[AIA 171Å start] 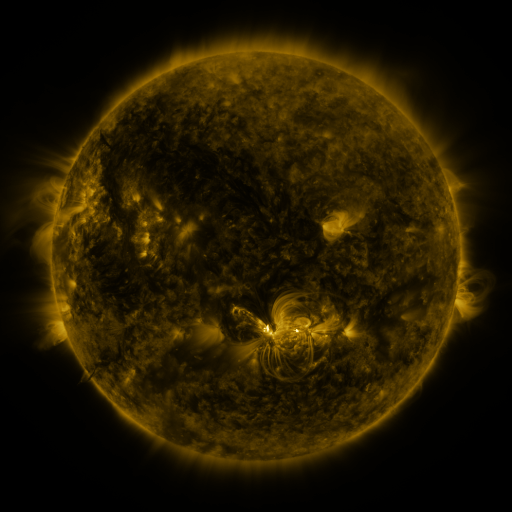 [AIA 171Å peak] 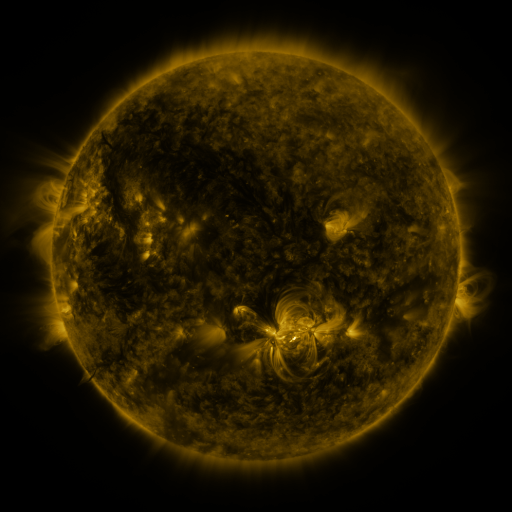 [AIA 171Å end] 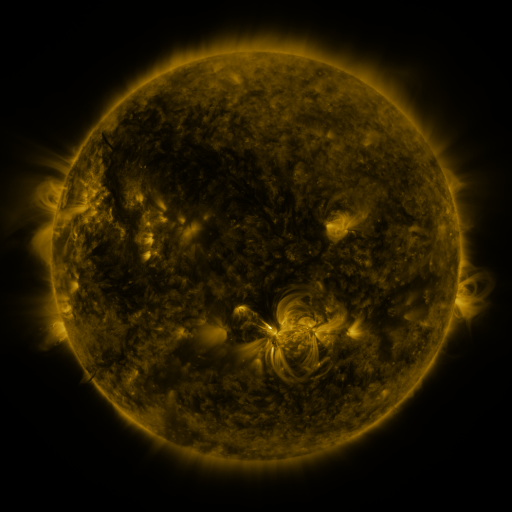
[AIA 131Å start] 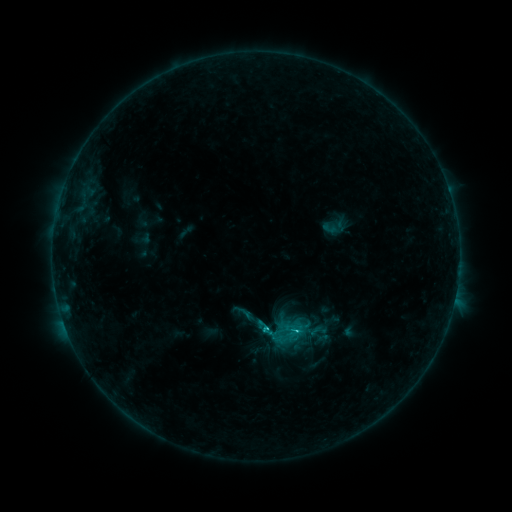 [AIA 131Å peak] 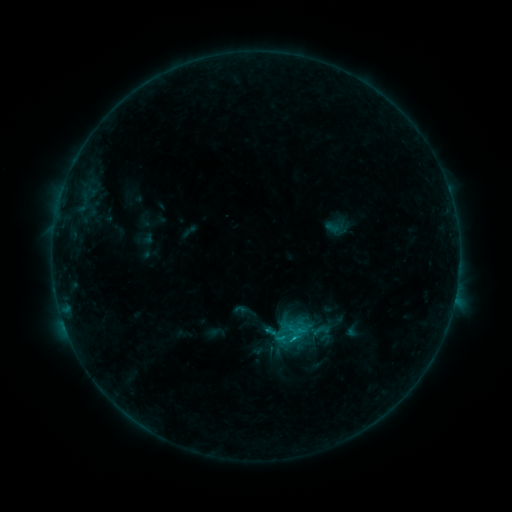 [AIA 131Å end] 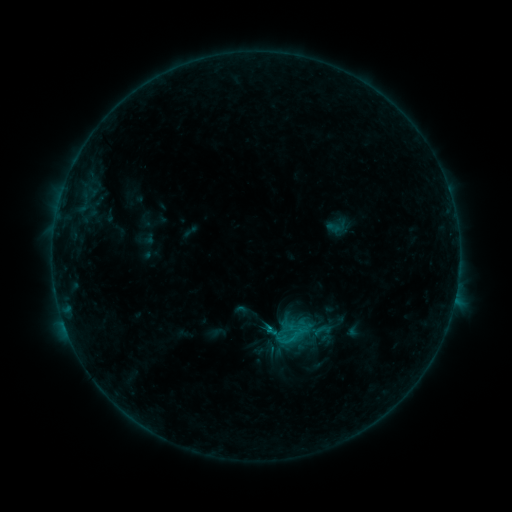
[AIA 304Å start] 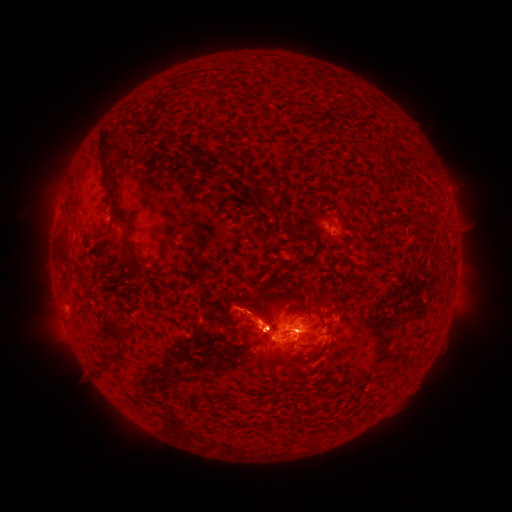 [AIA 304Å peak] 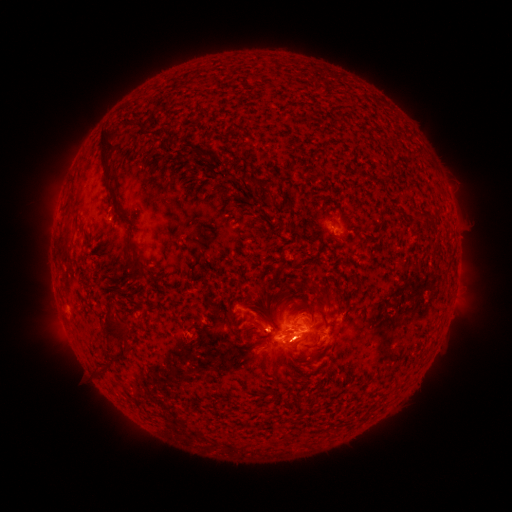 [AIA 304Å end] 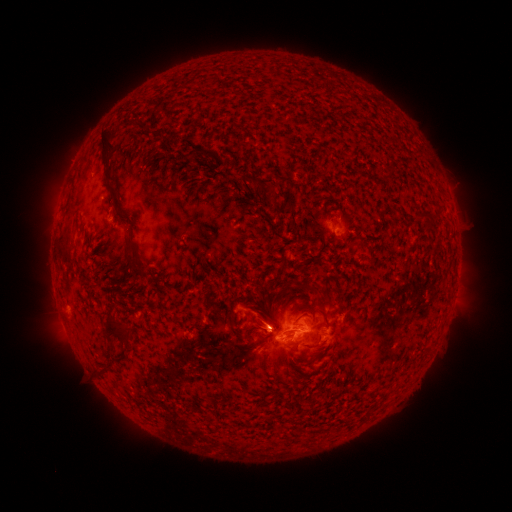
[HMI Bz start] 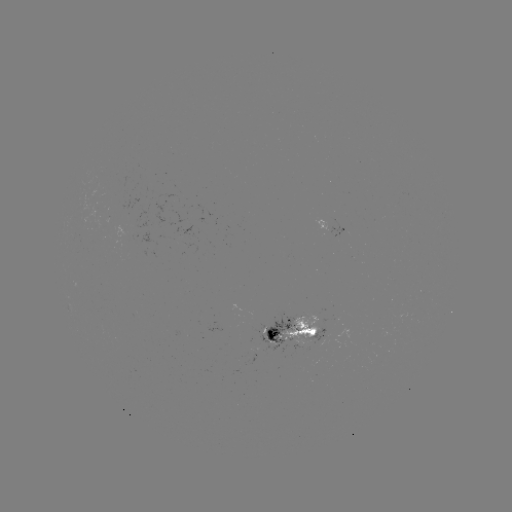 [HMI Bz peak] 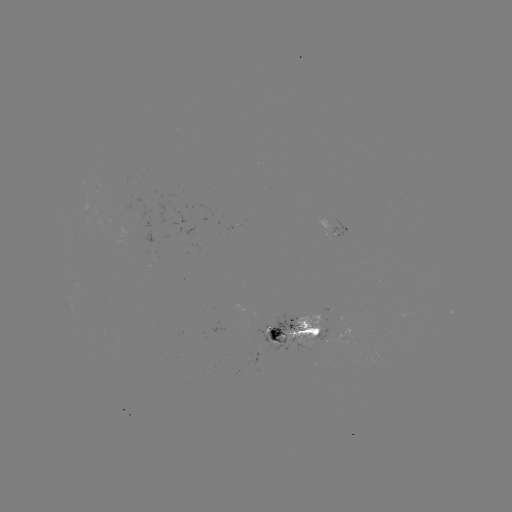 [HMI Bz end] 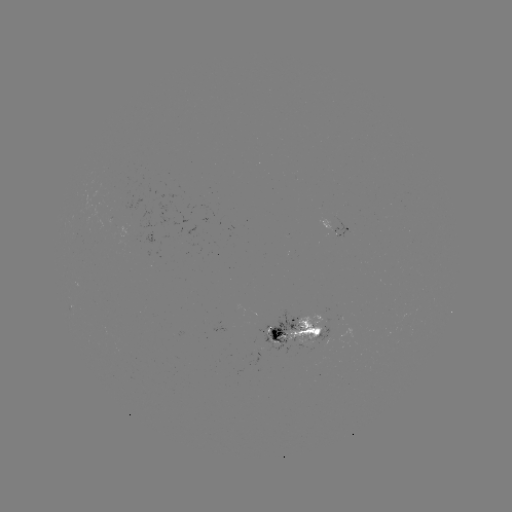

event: emerging-flux region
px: (255, 343)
